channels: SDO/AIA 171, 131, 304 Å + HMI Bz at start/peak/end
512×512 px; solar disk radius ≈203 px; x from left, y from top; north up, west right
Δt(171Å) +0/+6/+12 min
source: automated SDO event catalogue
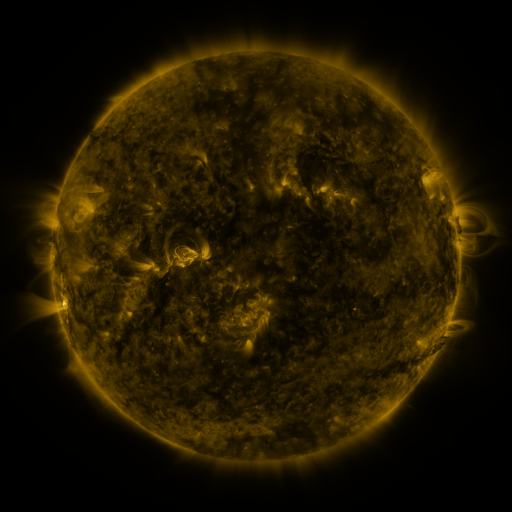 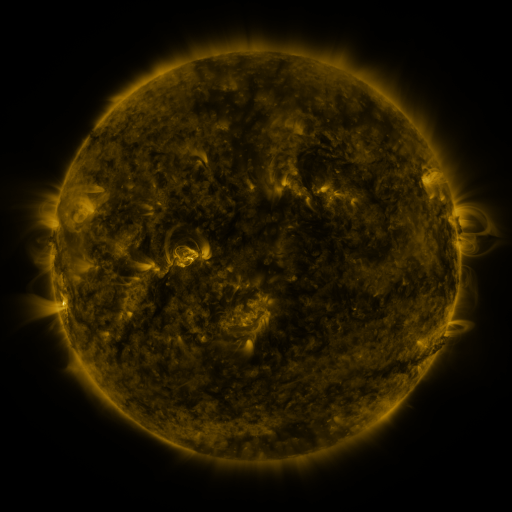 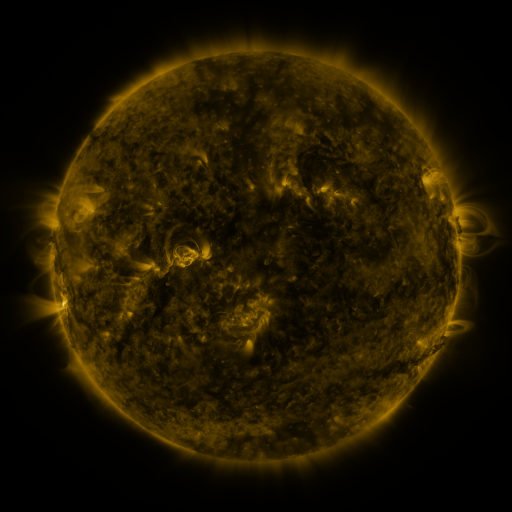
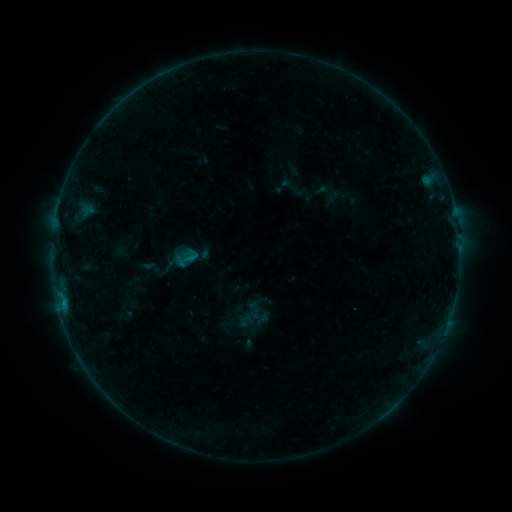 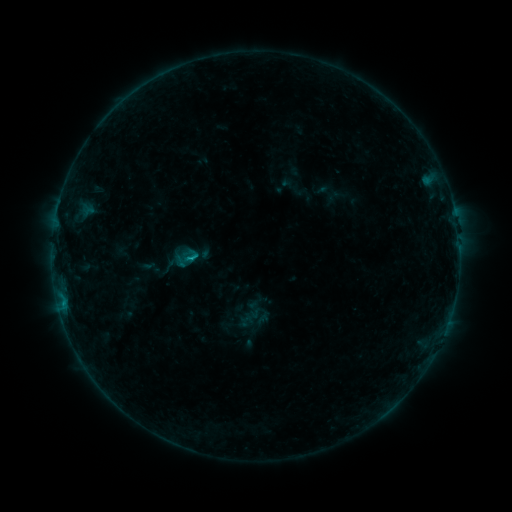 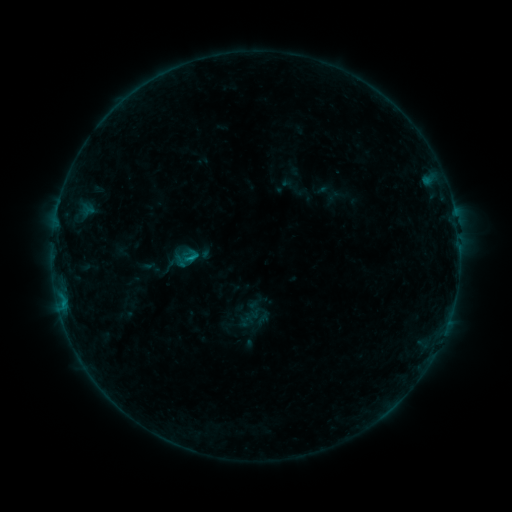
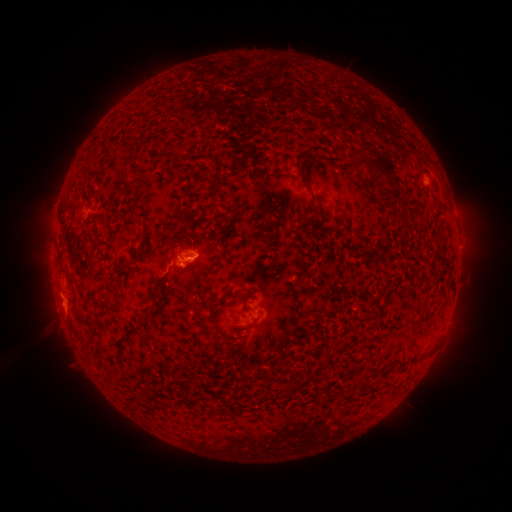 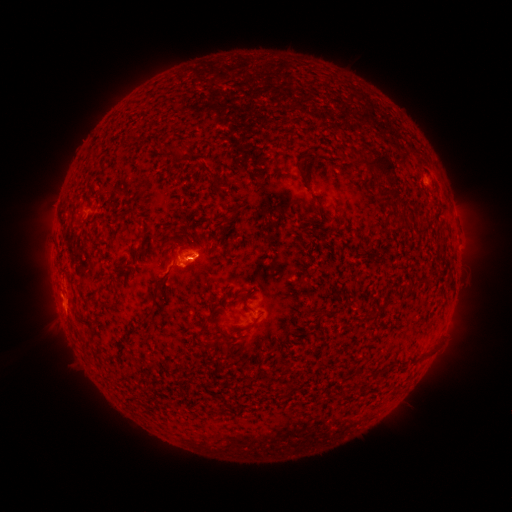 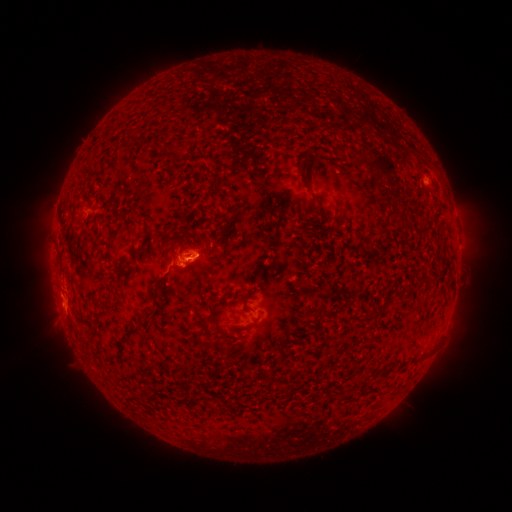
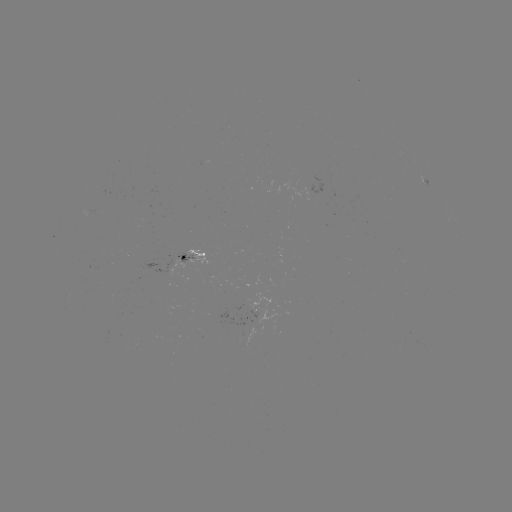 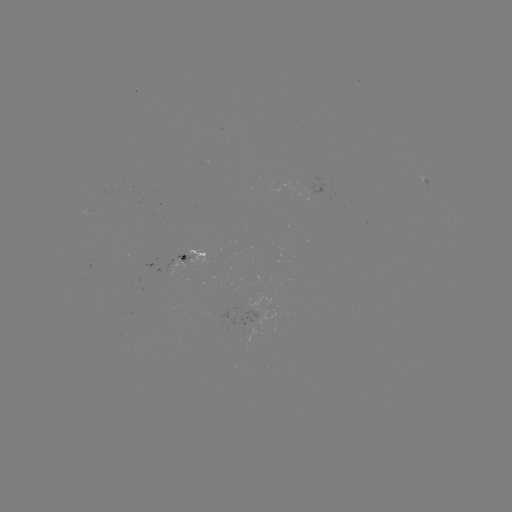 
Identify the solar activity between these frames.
B6.5 flare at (193, 256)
